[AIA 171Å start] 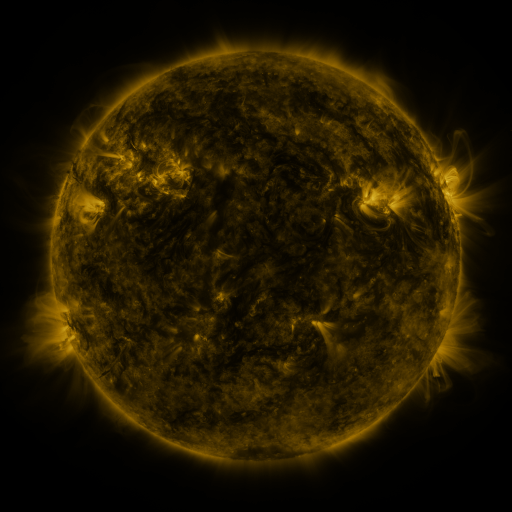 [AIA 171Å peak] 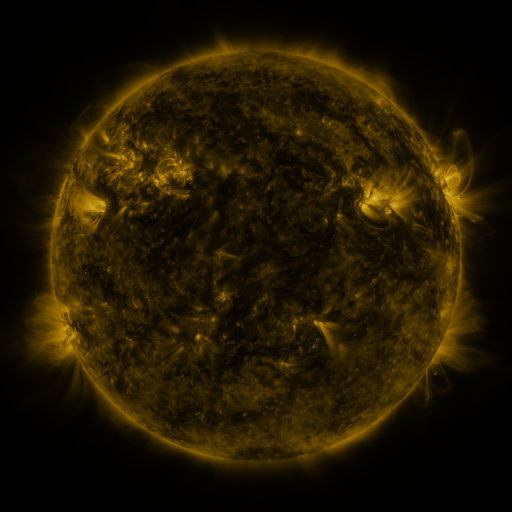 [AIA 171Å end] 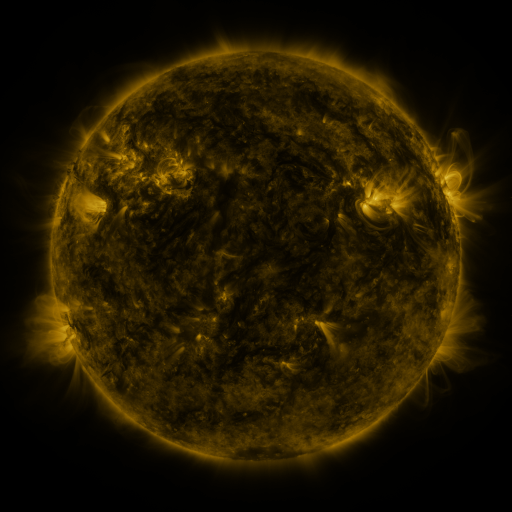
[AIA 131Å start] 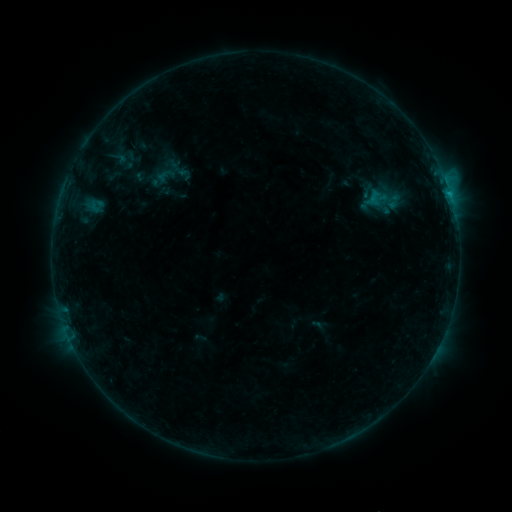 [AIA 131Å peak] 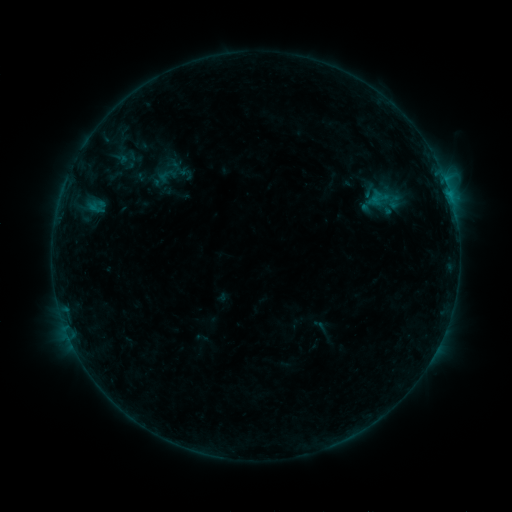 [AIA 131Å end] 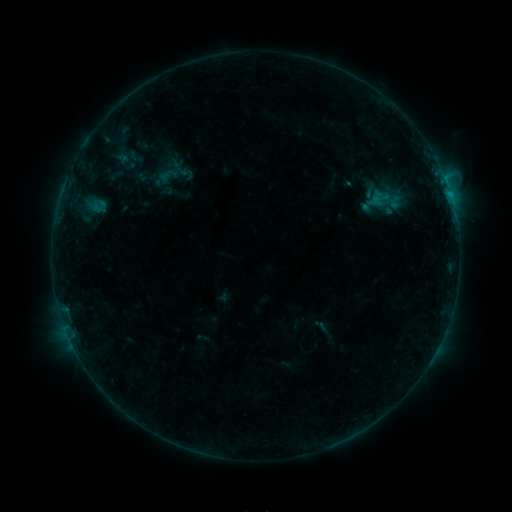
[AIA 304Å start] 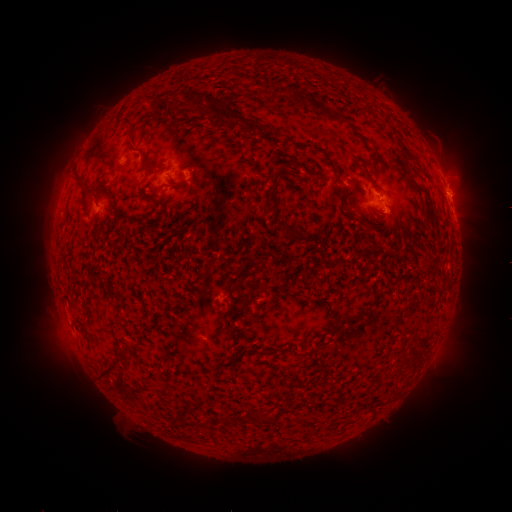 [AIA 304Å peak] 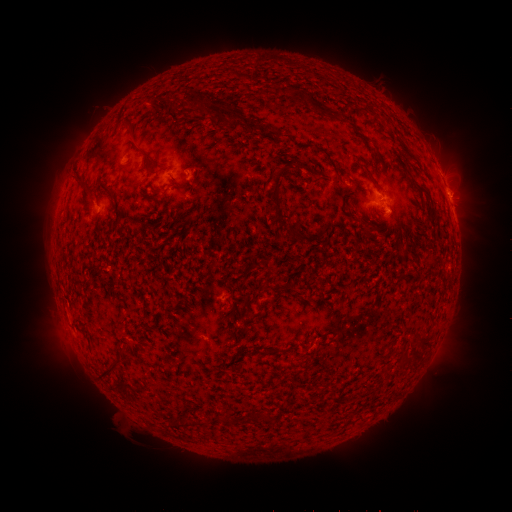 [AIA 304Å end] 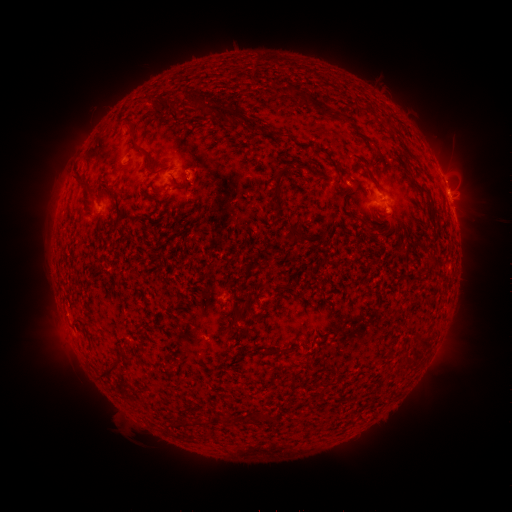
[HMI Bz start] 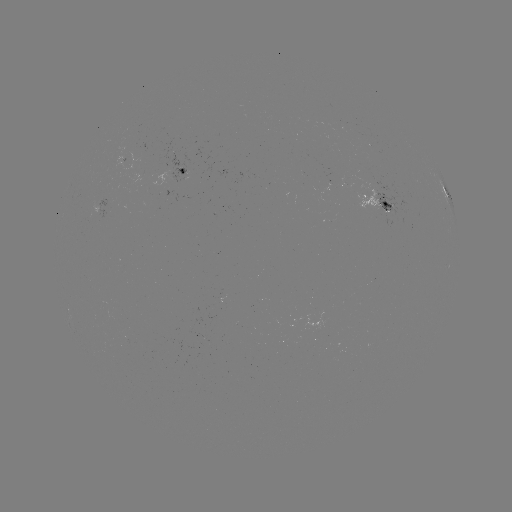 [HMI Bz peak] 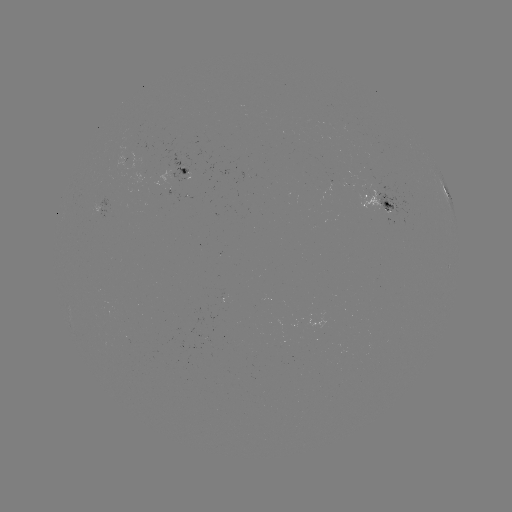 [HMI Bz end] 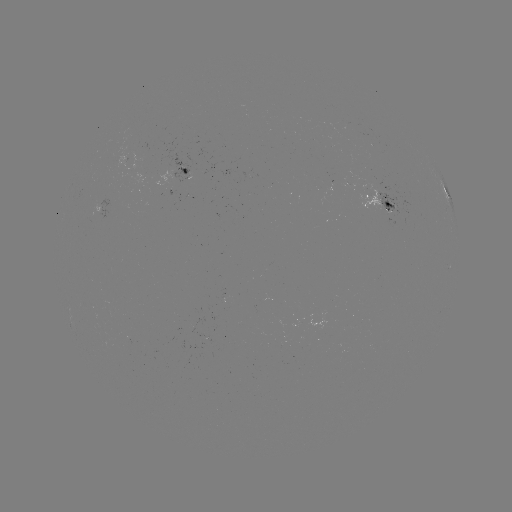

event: emerging-flux region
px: (378, 188)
